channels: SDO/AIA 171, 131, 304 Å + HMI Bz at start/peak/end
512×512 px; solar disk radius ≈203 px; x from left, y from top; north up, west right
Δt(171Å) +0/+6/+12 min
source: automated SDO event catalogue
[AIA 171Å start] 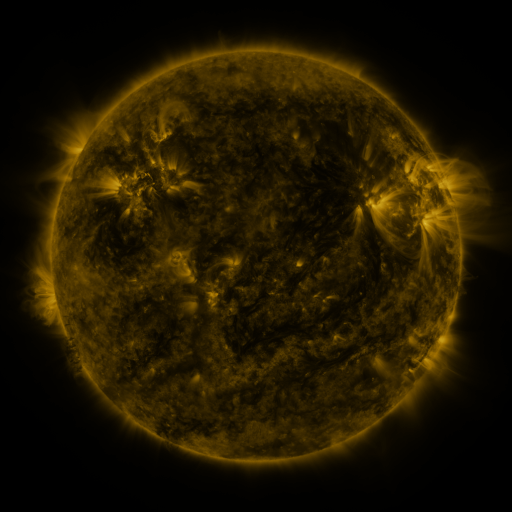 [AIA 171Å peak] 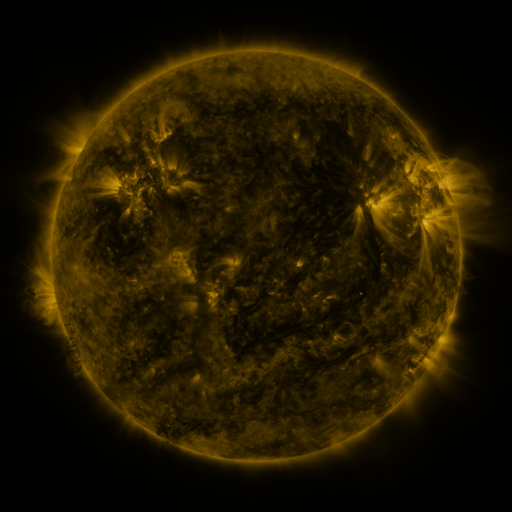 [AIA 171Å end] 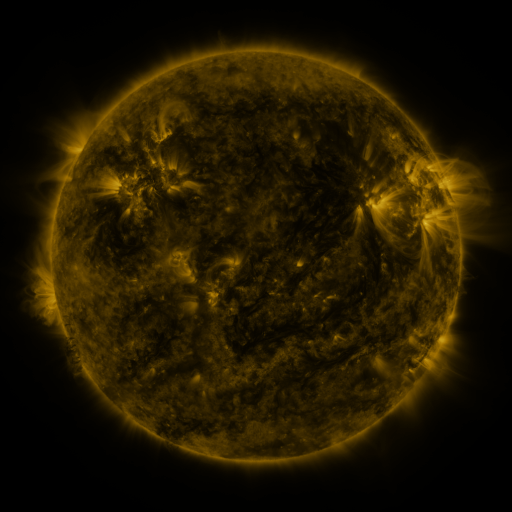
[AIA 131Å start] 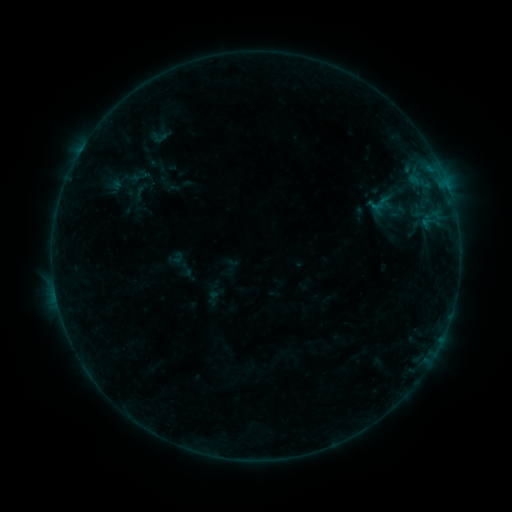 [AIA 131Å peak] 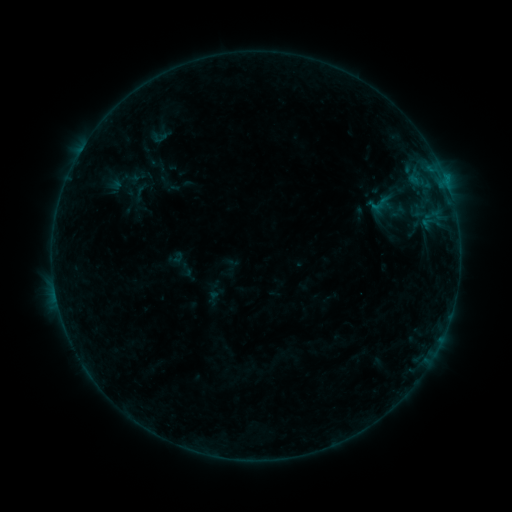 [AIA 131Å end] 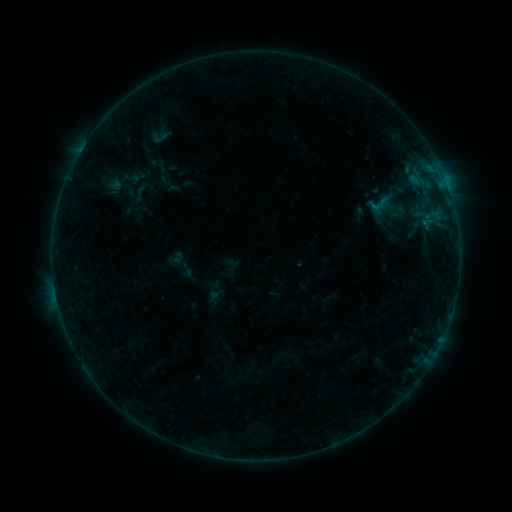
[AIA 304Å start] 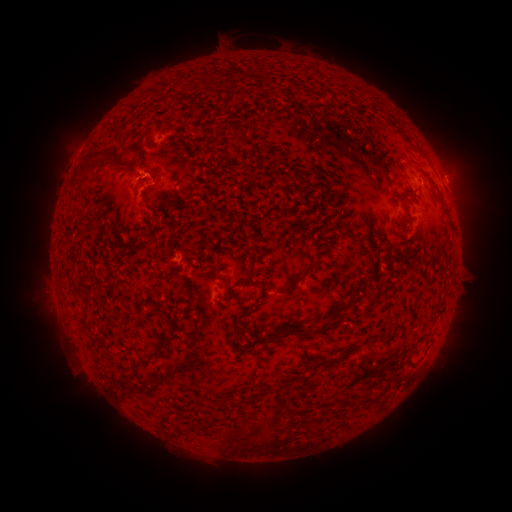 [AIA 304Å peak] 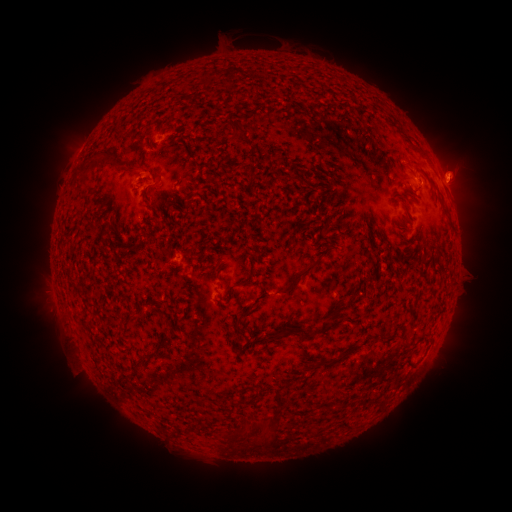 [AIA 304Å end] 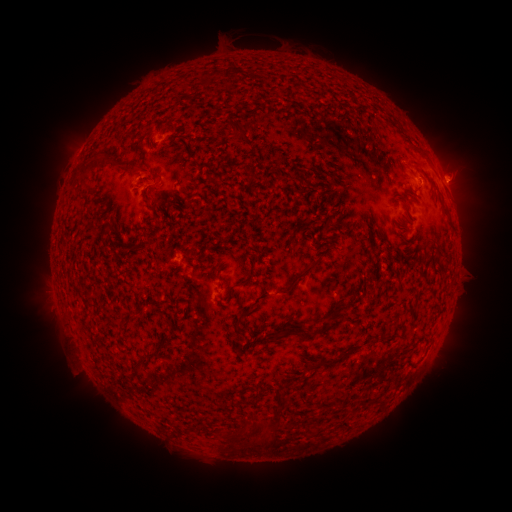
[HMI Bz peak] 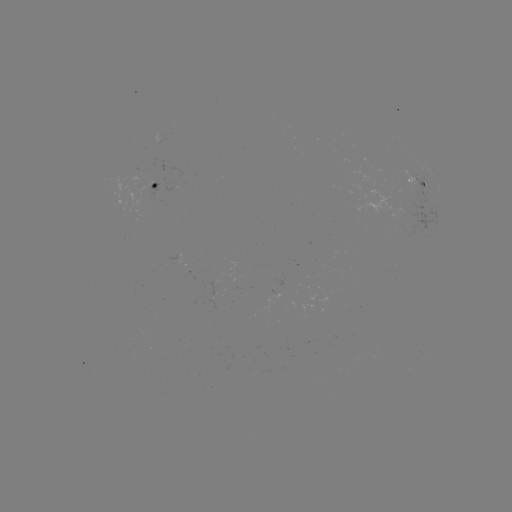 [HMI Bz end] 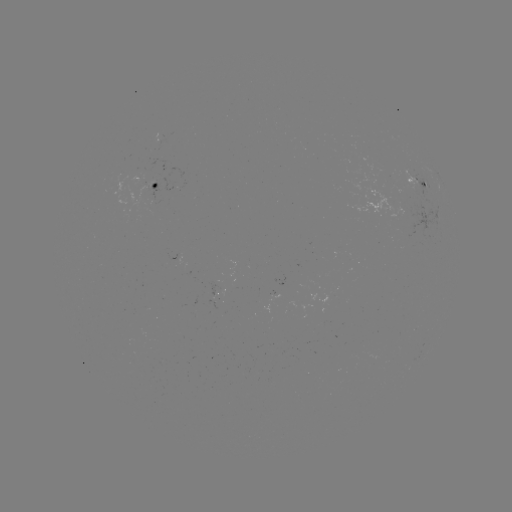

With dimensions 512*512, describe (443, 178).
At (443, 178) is B3.2 flare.